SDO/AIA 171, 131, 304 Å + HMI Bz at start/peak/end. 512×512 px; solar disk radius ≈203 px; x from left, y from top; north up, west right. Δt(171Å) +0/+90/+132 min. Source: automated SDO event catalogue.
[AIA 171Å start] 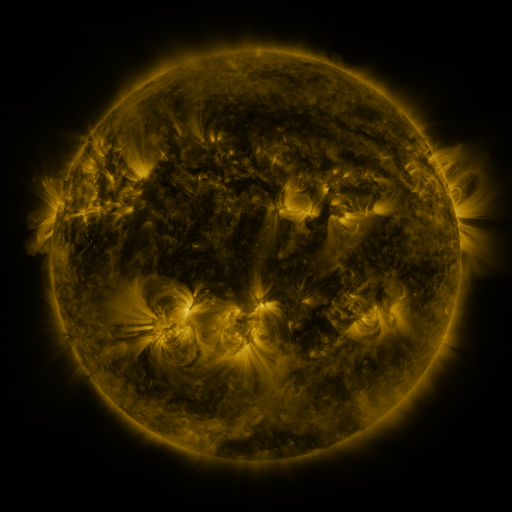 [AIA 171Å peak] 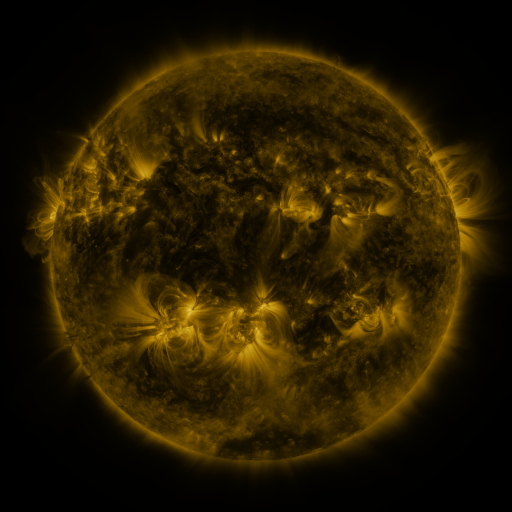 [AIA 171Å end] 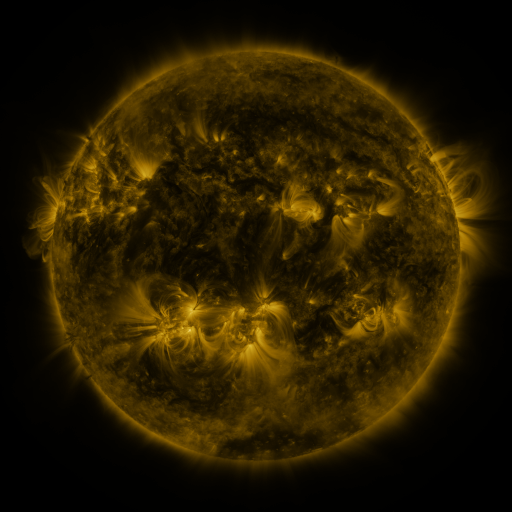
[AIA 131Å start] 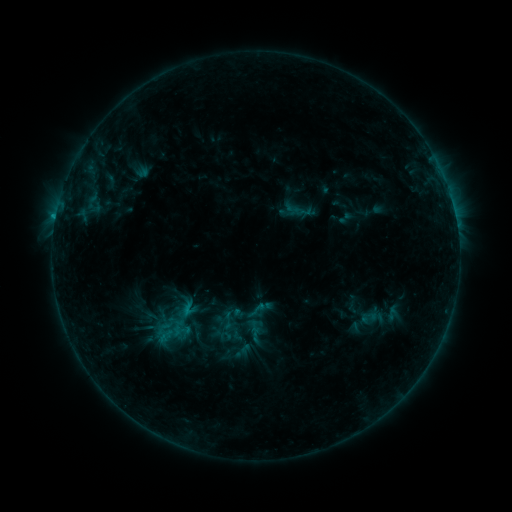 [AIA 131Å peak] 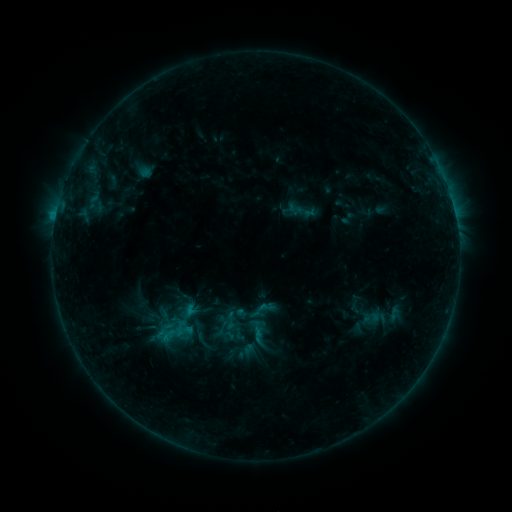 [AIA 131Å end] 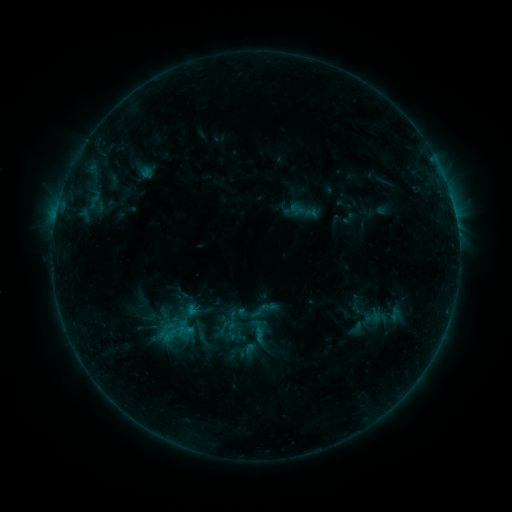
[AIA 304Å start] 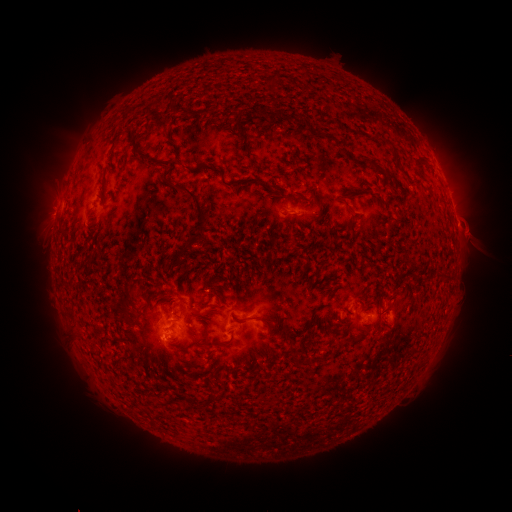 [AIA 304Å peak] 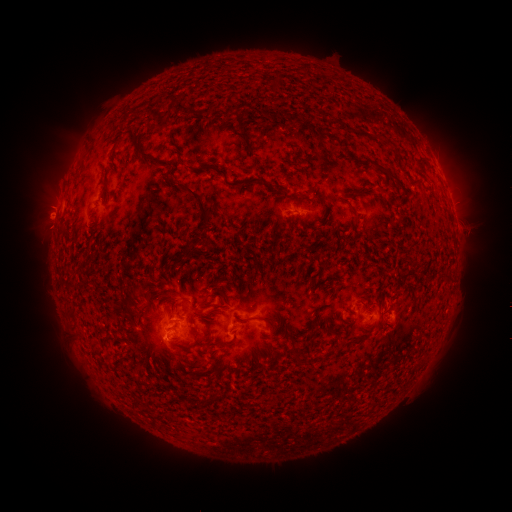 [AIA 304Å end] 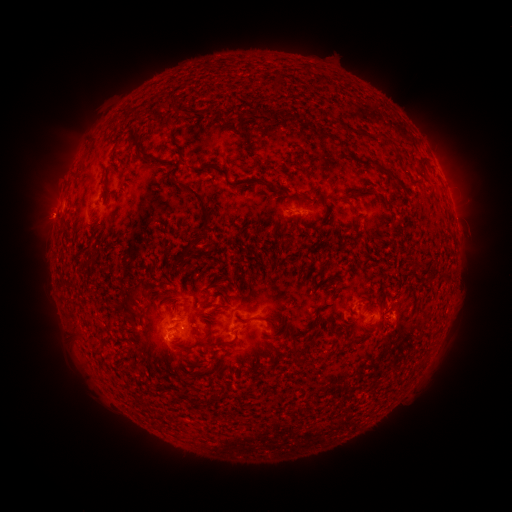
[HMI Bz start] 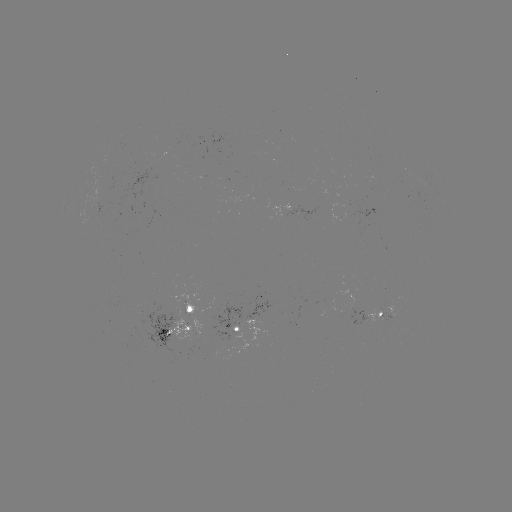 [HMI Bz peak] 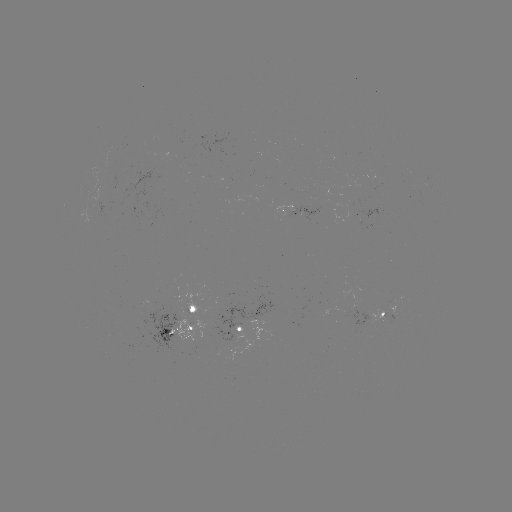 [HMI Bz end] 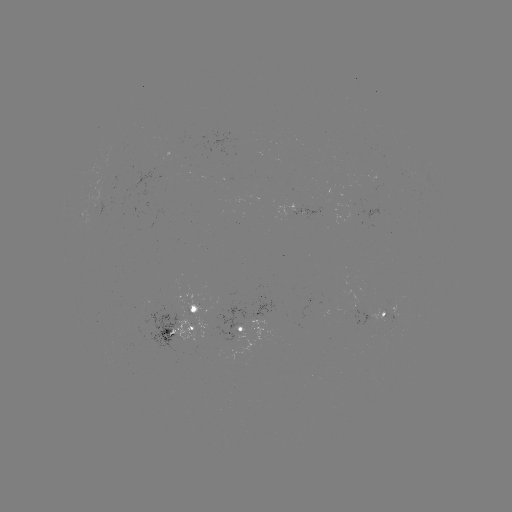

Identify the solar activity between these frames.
emerging-flux region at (304, 213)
